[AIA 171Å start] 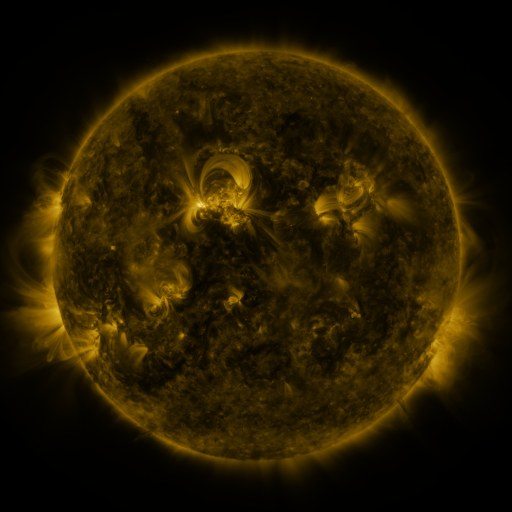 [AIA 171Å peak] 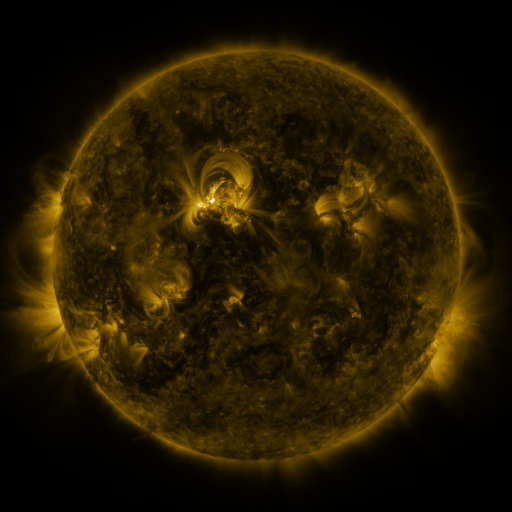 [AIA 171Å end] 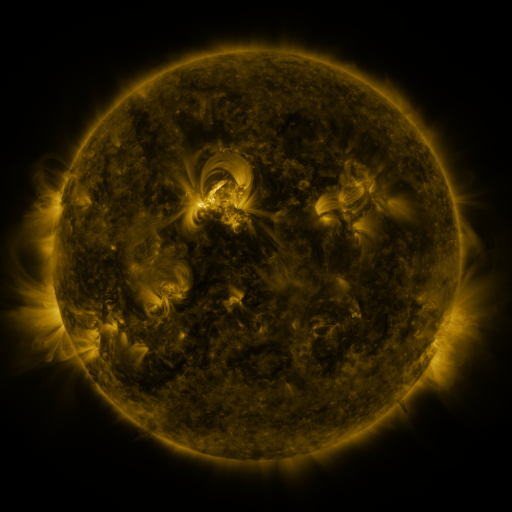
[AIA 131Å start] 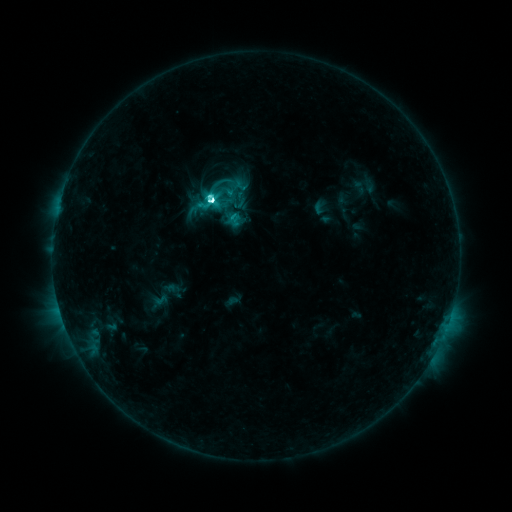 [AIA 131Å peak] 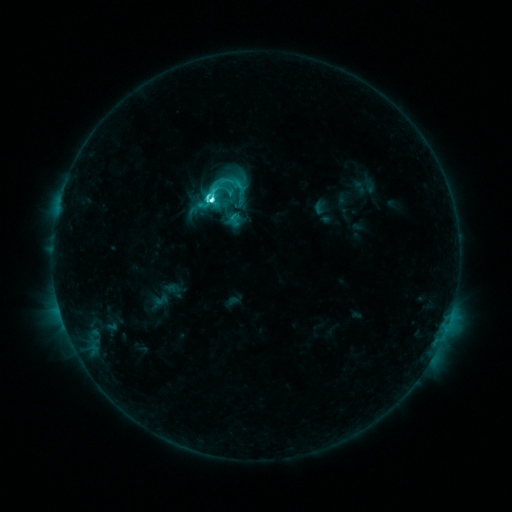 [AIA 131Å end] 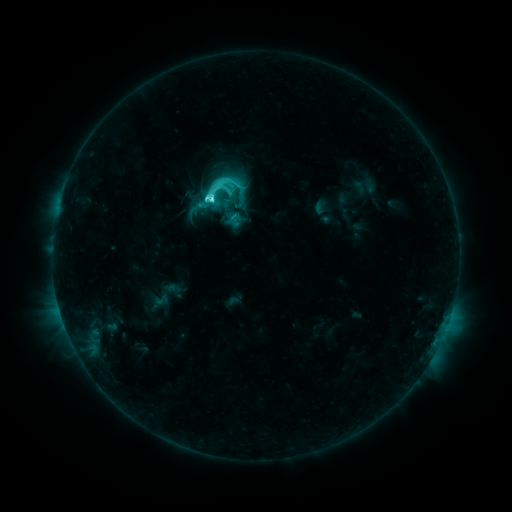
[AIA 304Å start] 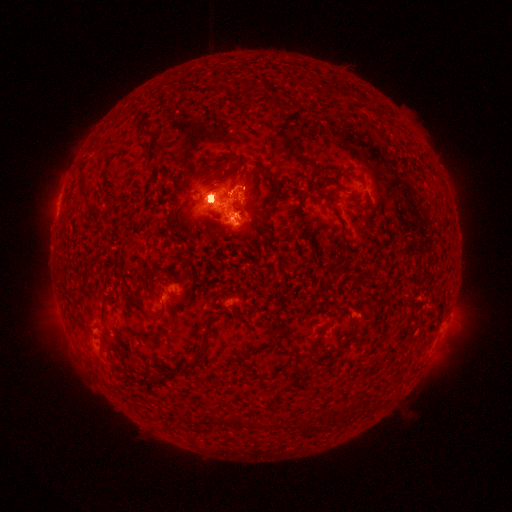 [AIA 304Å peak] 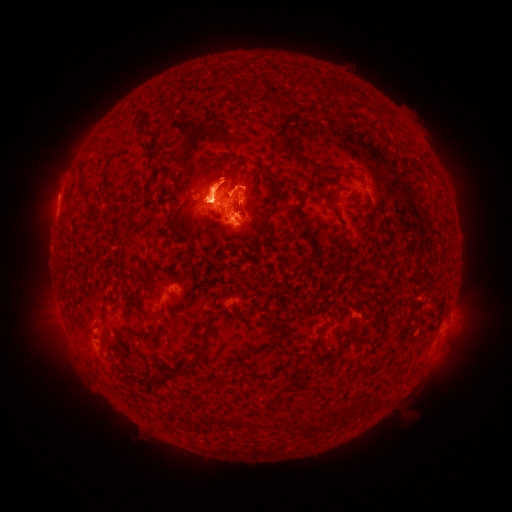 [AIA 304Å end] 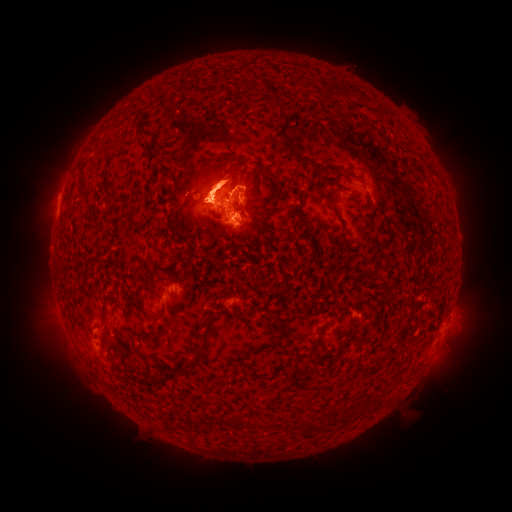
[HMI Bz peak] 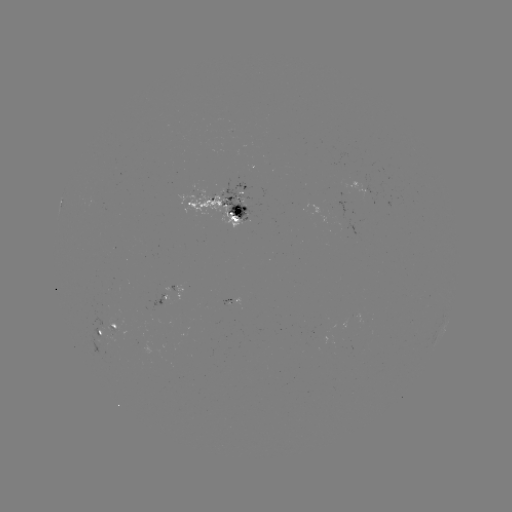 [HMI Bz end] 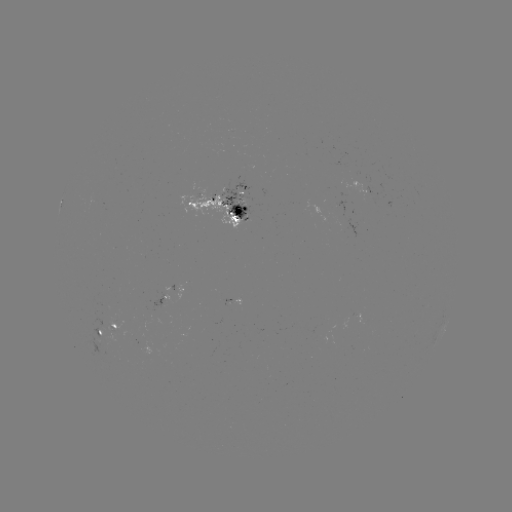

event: eruption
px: (211, 95)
